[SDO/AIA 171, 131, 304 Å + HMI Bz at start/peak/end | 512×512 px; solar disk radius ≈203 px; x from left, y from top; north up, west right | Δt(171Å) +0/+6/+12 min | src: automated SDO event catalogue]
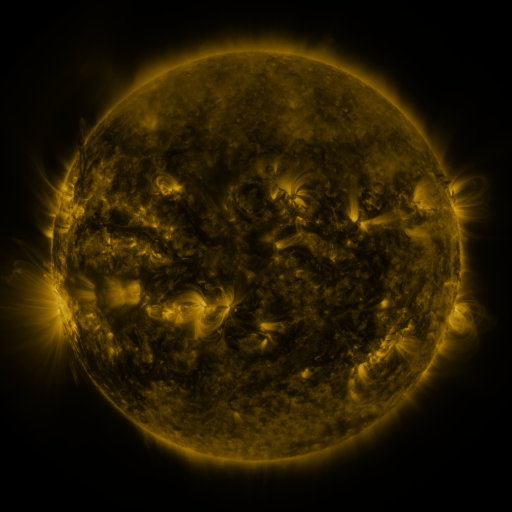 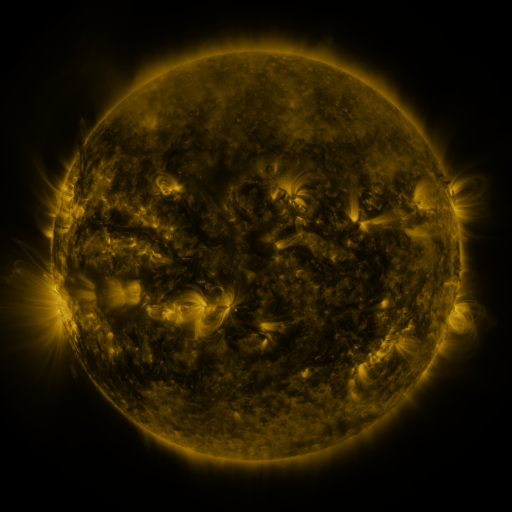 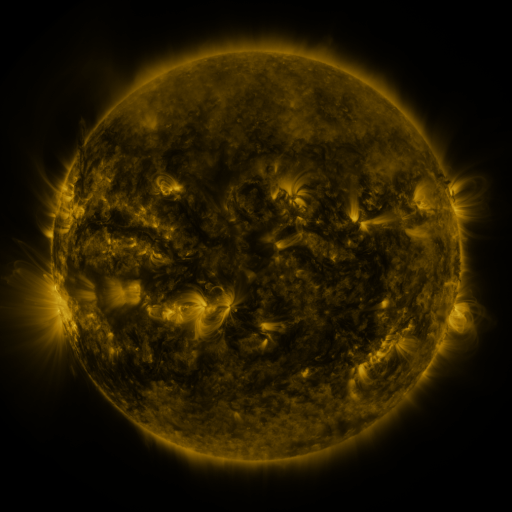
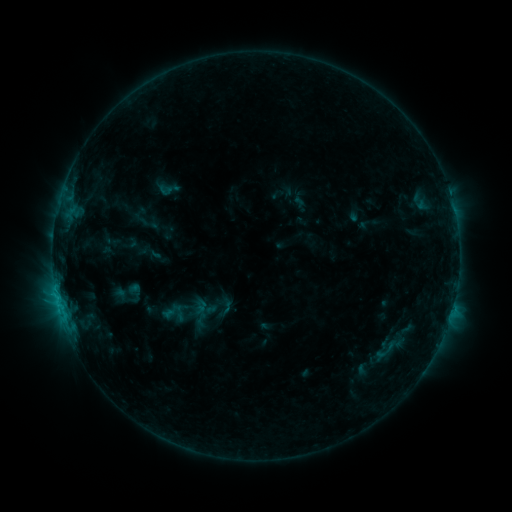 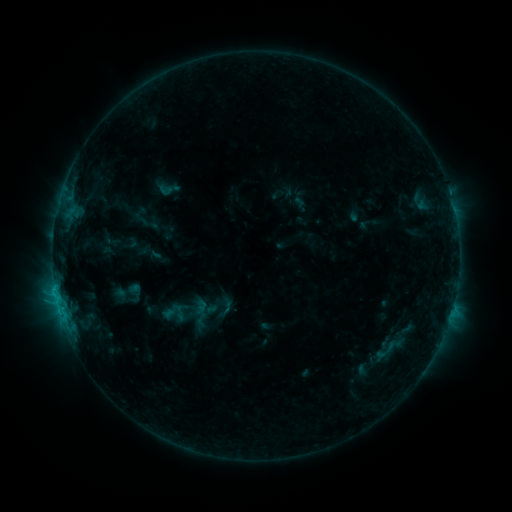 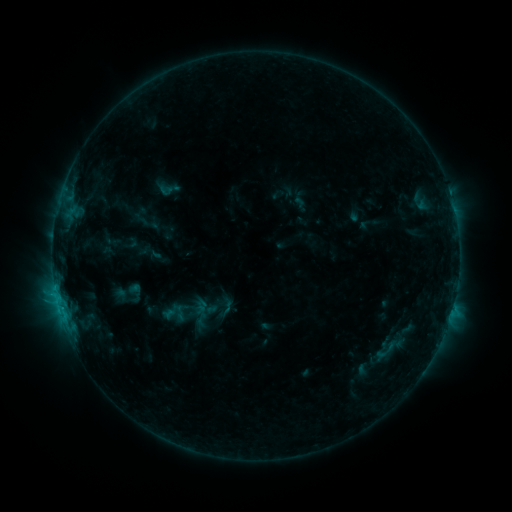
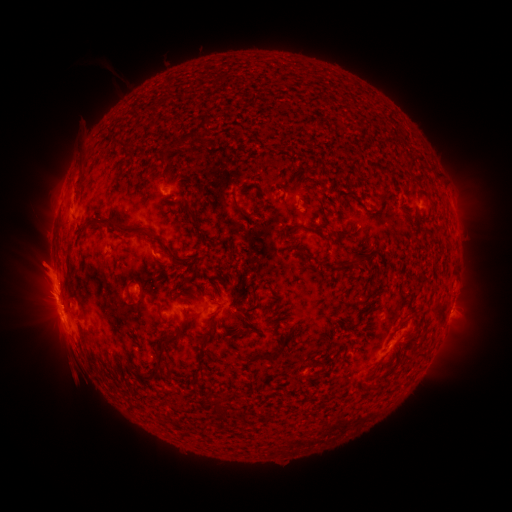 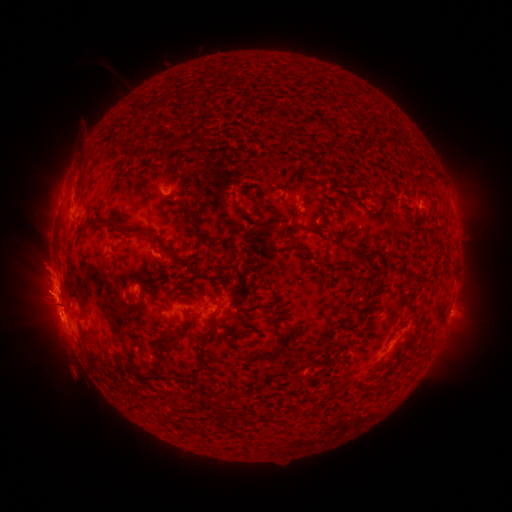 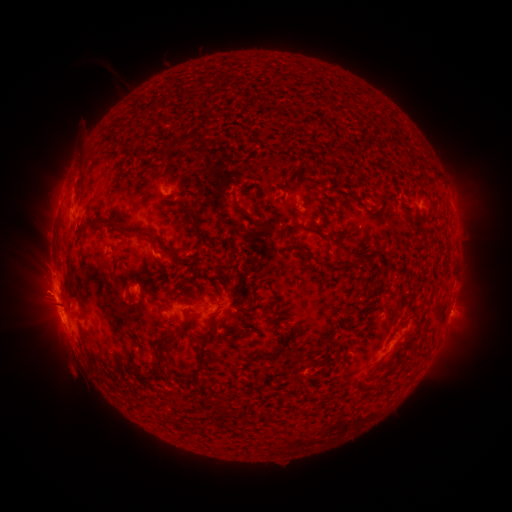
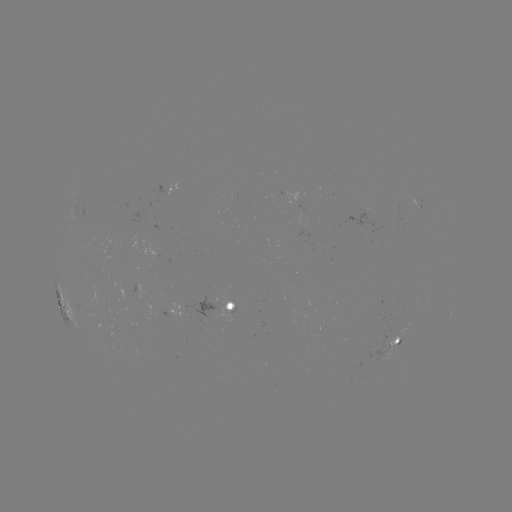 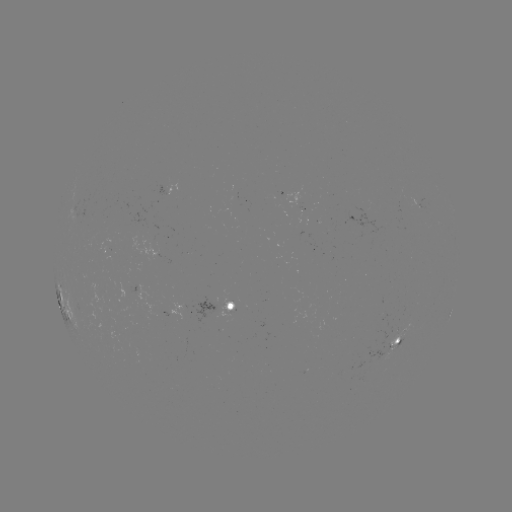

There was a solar eruption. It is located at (45, 273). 